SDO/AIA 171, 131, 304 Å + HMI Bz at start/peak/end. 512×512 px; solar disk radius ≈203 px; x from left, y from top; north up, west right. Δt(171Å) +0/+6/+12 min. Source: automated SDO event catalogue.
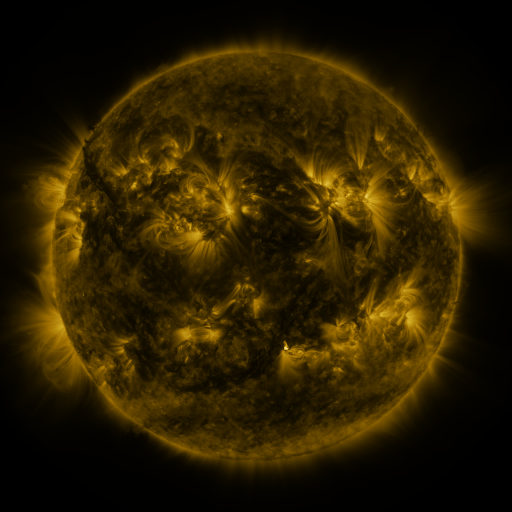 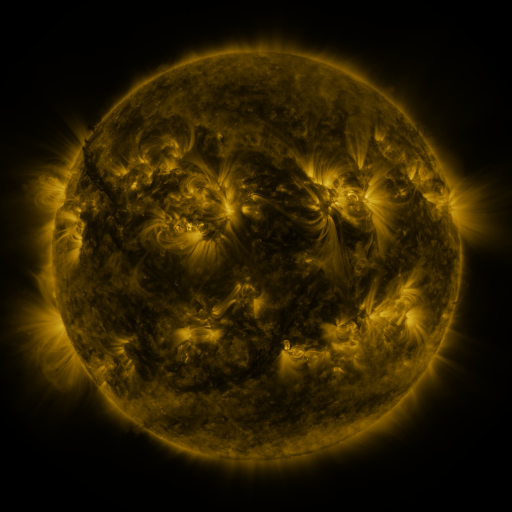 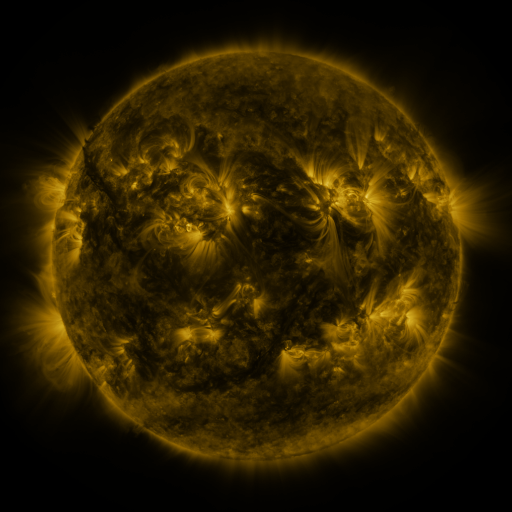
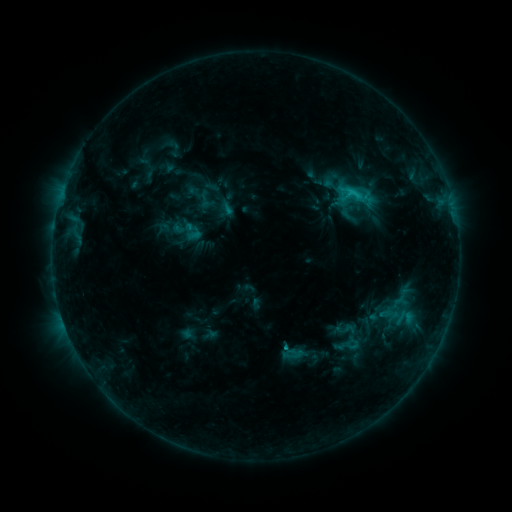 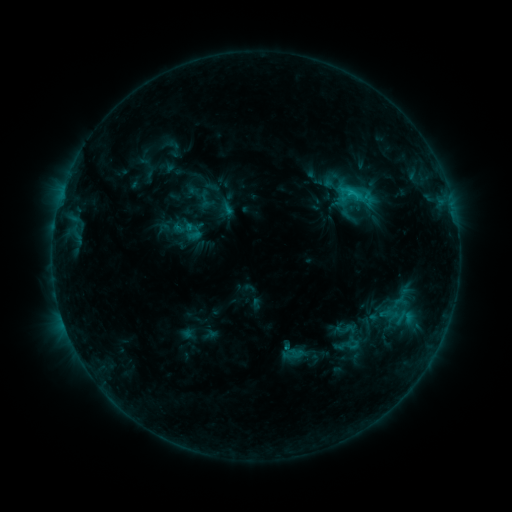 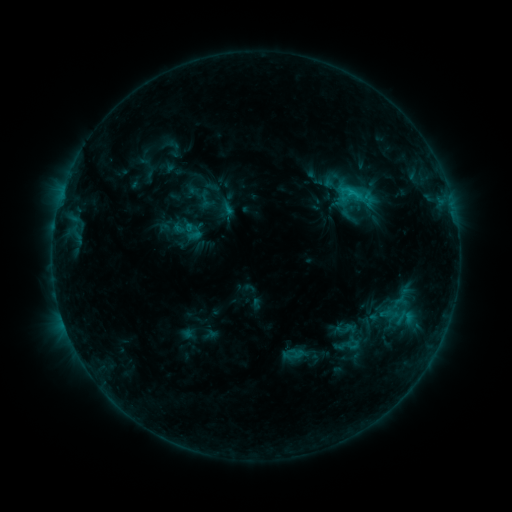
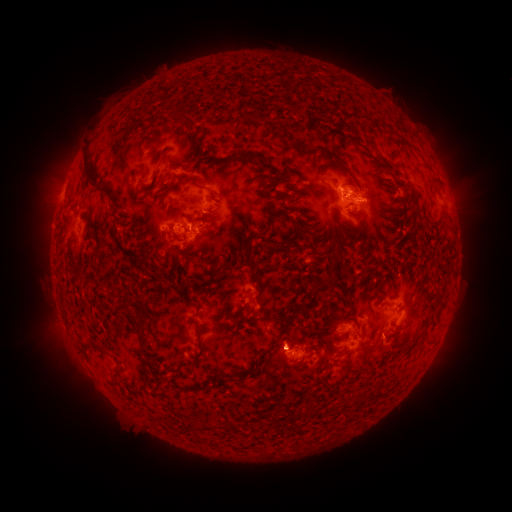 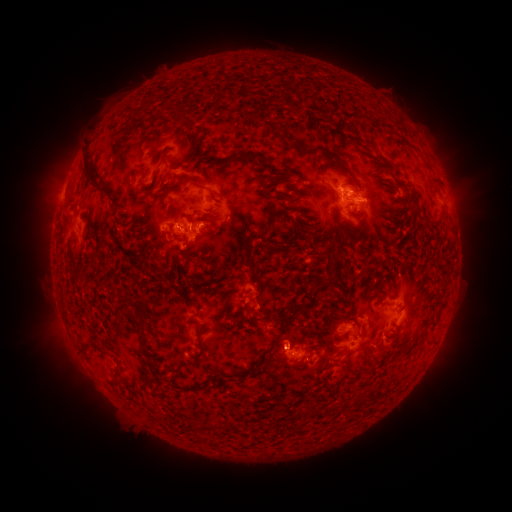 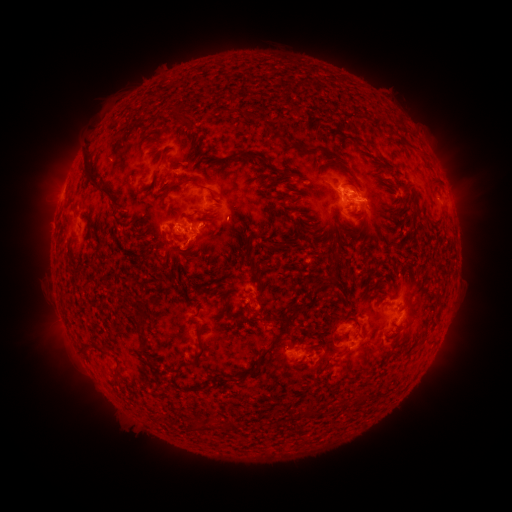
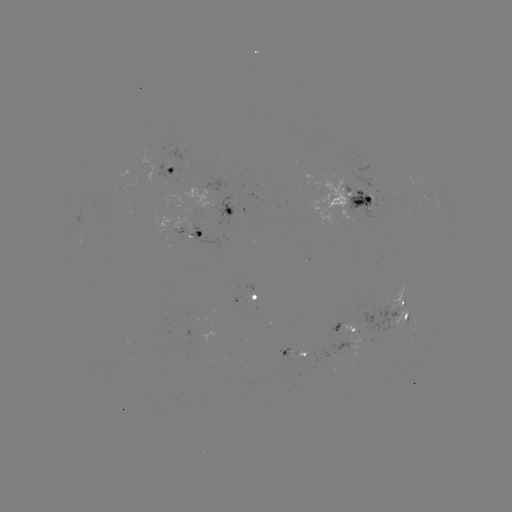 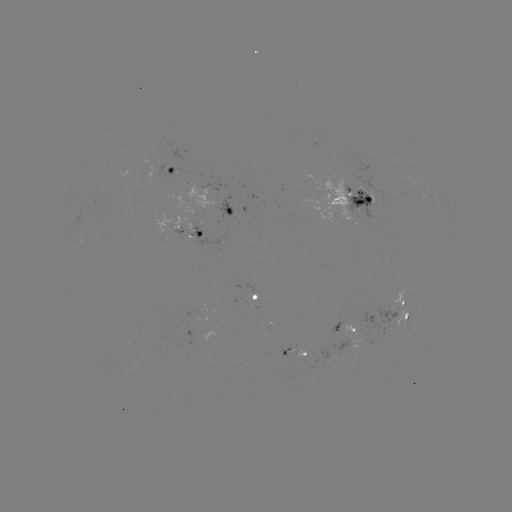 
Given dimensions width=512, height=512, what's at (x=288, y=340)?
eruption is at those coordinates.